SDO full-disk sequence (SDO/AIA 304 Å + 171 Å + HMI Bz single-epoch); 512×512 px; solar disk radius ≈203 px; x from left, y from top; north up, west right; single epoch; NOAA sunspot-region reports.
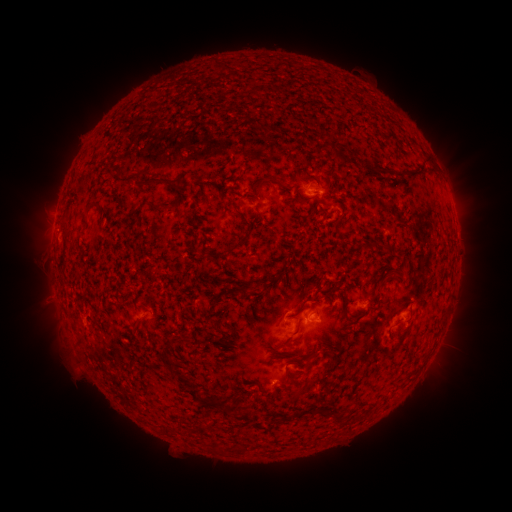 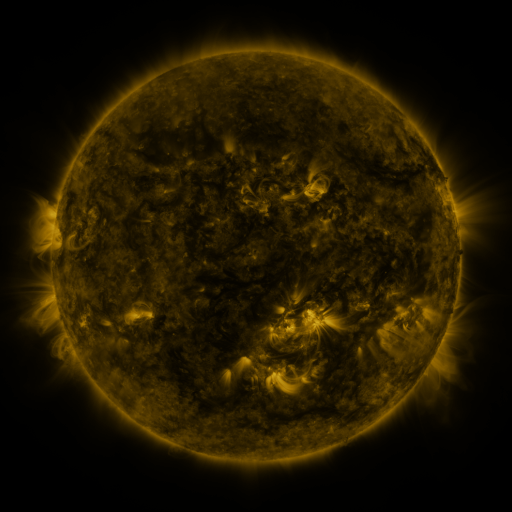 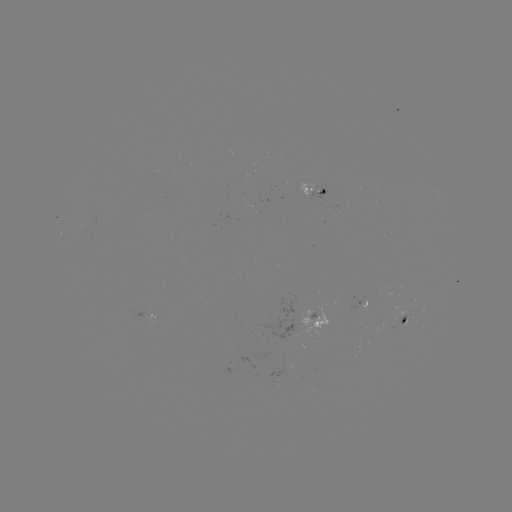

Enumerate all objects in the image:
spotted active region: (314, 188)
spotted active region: (145, 313)
spotted active region: (405, 321)
spotted active region: (303, 324)
